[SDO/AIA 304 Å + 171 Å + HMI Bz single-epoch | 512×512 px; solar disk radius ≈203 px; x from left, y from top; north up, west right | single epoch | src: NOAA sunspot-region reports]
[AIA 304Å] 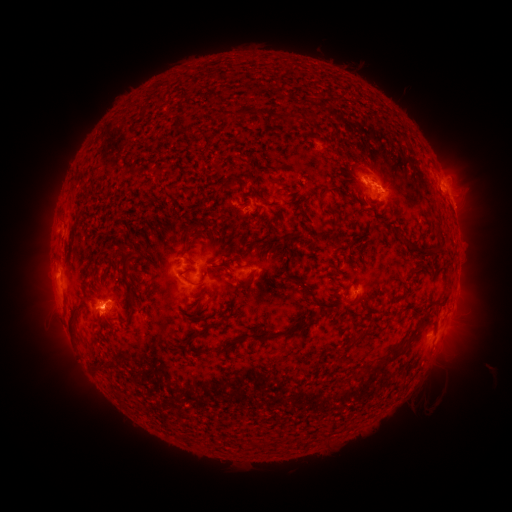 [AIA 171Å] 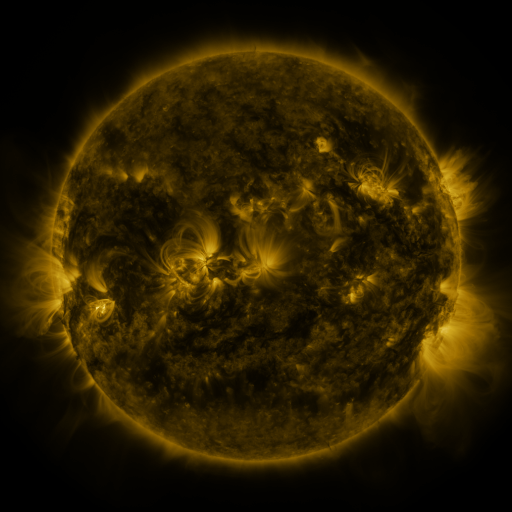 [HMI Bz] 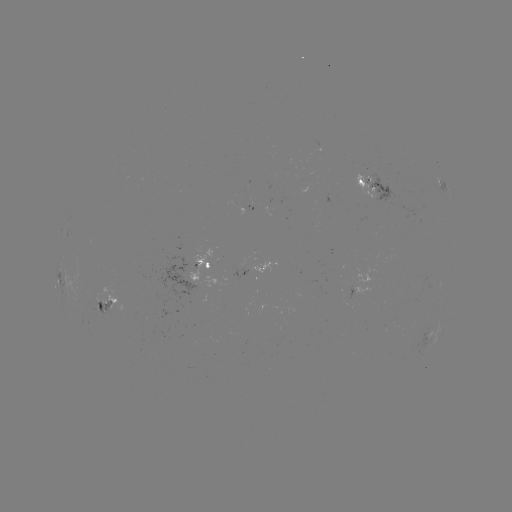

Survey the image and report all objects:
spotted active region: (443, 185)
spotted active region: (375, 187)
spotted active region: (207, 263)
spotted active region: (256, 269)
spotted active region: (351, 290)
spotted active region: (454, 299)
spotted active region: (106, 306)
